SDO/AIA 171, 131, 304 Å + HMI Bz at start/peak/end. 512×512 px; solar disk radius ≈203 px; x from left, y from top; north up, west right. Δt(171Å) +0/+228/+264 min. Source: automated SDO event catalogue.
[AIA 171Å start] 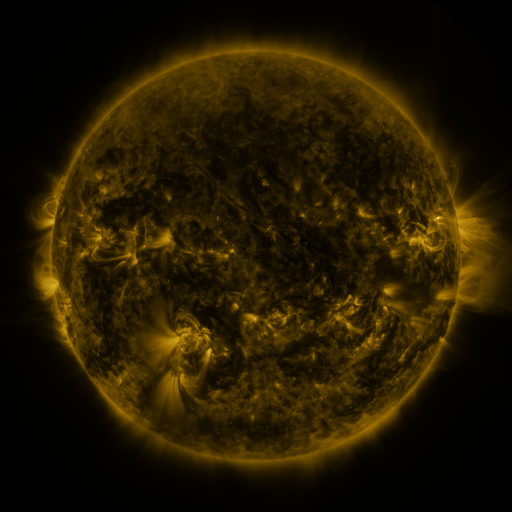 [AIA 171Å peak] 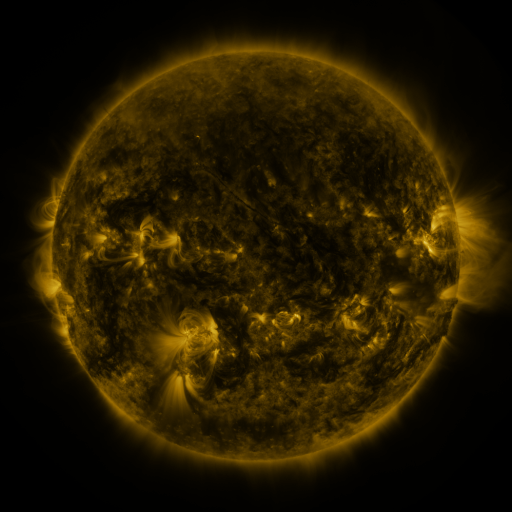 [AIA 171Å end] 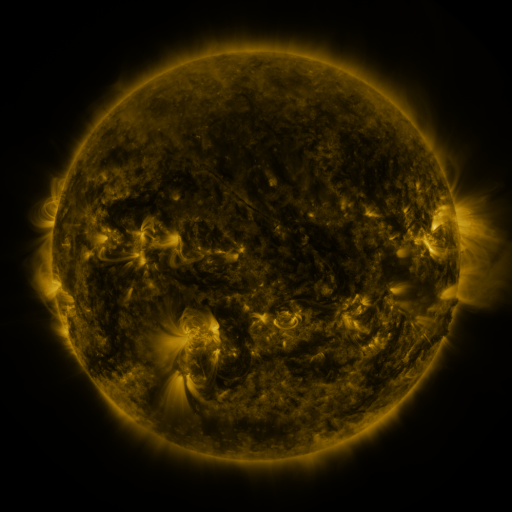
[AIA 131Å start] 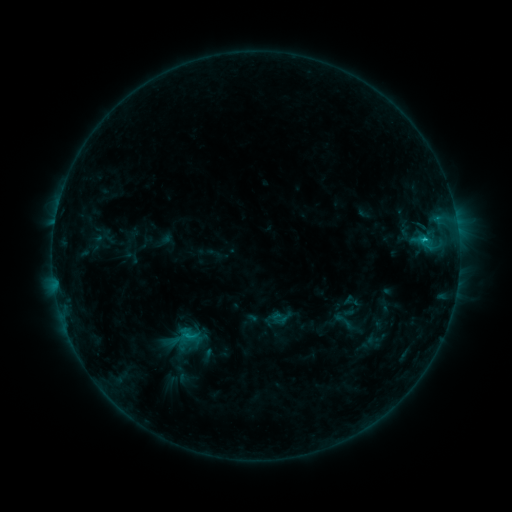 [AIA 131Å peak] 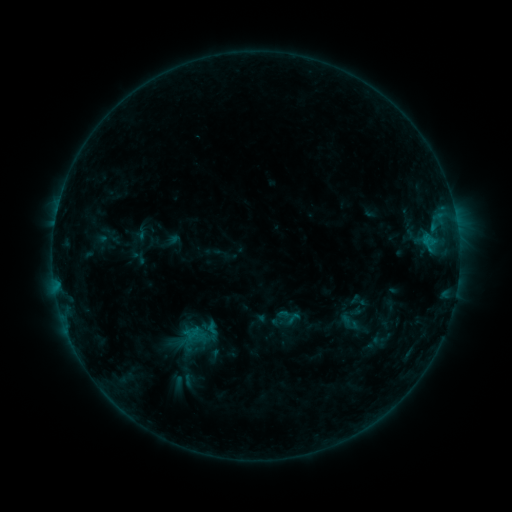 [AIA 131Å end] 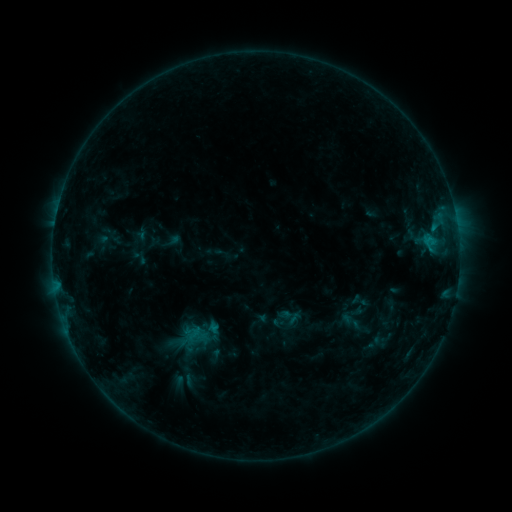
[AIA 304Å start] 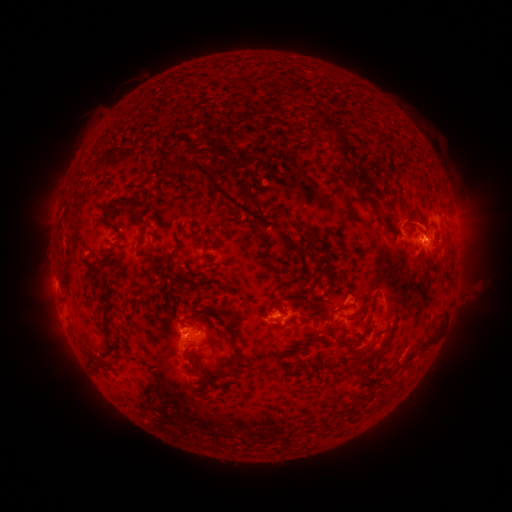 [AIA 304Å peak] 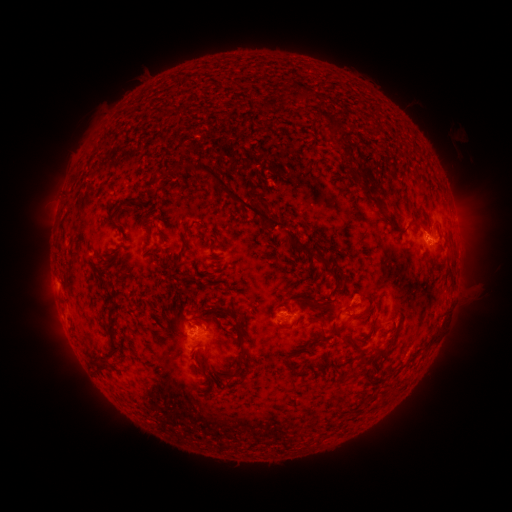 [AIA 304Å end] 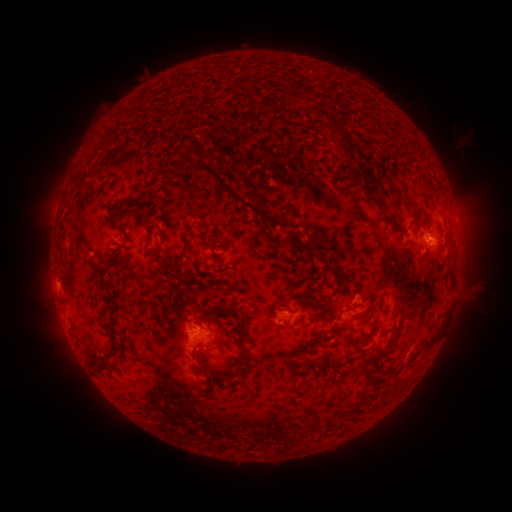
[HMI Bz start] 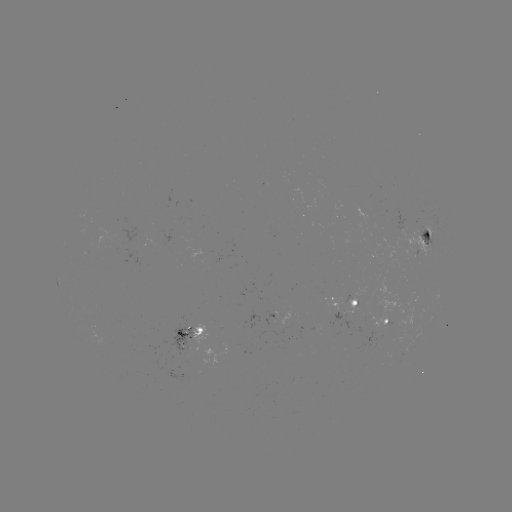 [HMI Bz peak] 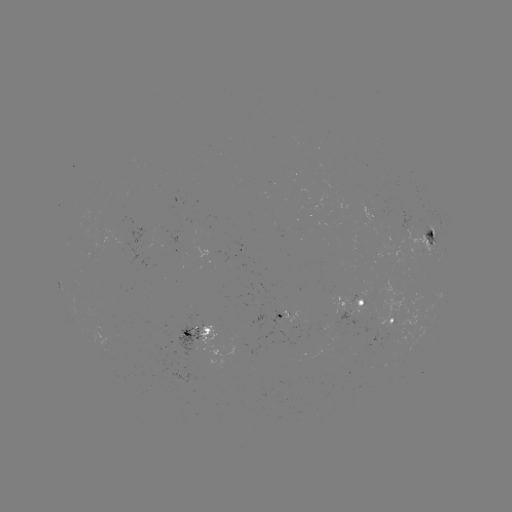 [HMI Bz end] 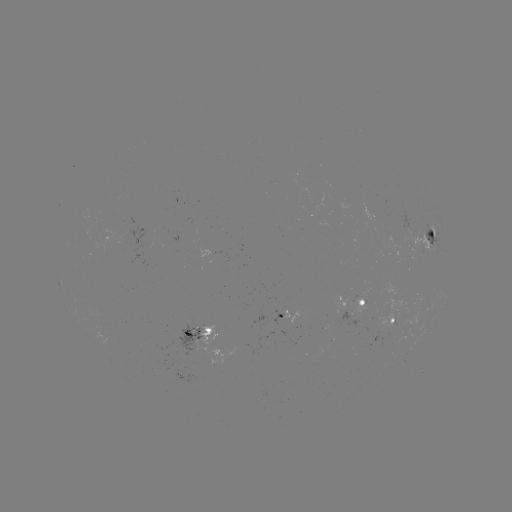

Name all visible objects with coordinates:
emerging-flux region: (352, 307)
